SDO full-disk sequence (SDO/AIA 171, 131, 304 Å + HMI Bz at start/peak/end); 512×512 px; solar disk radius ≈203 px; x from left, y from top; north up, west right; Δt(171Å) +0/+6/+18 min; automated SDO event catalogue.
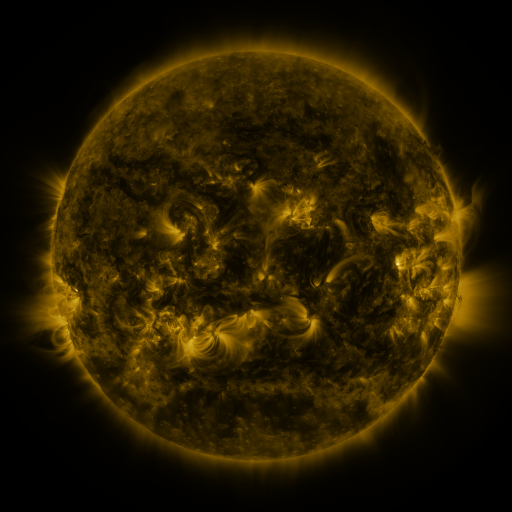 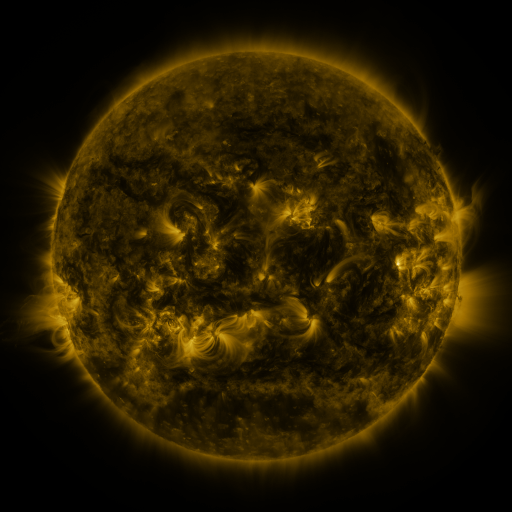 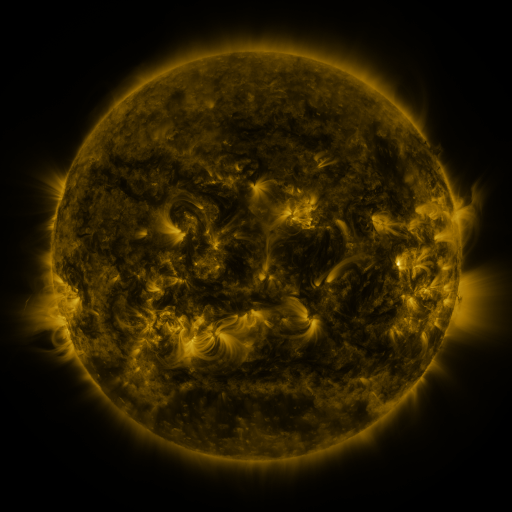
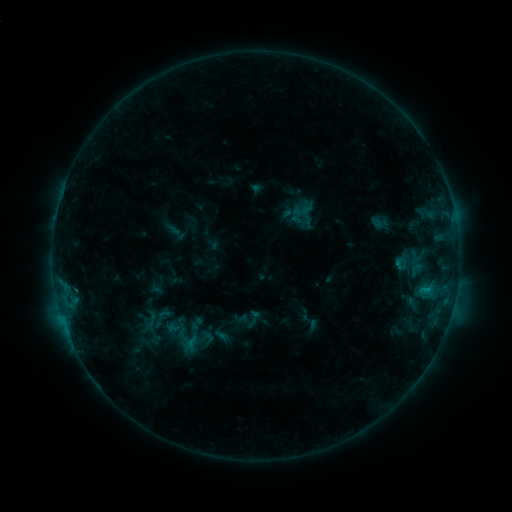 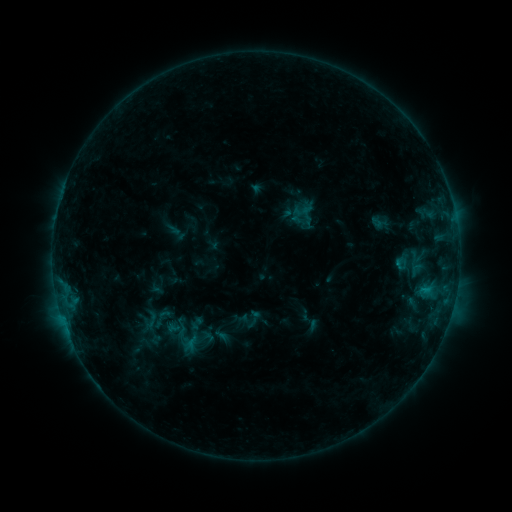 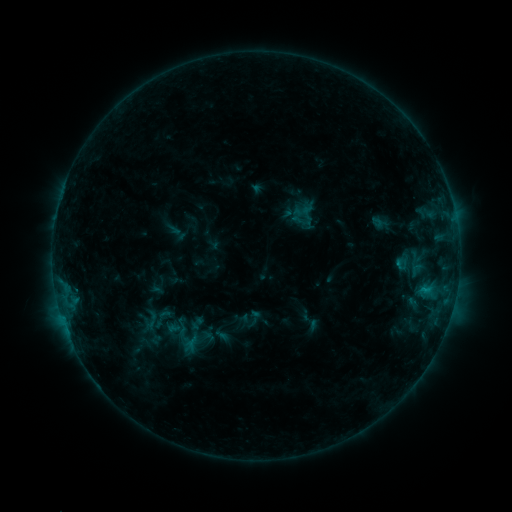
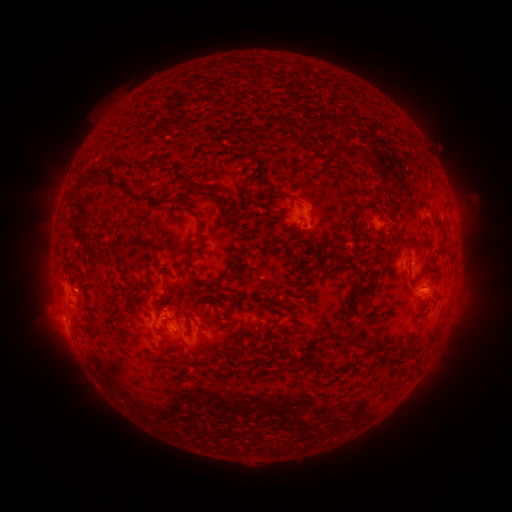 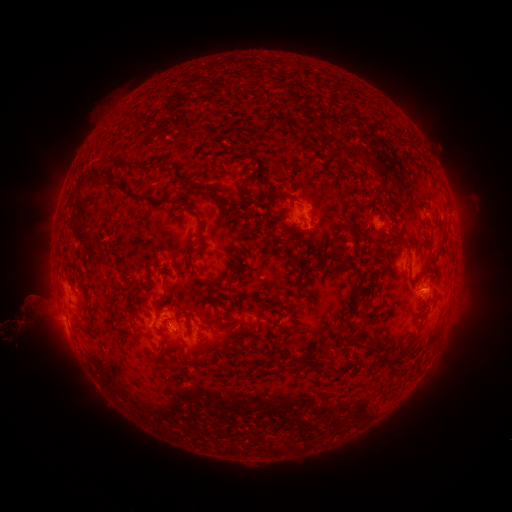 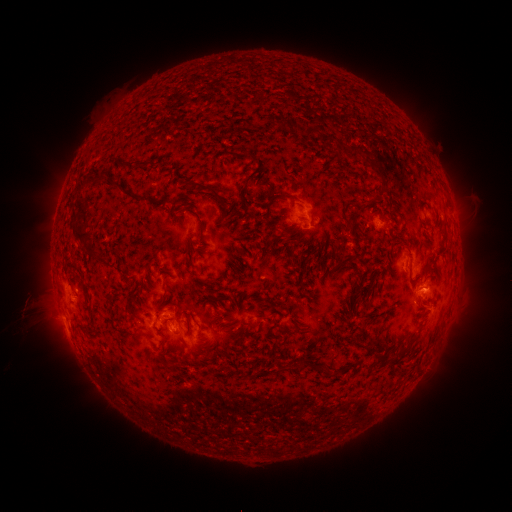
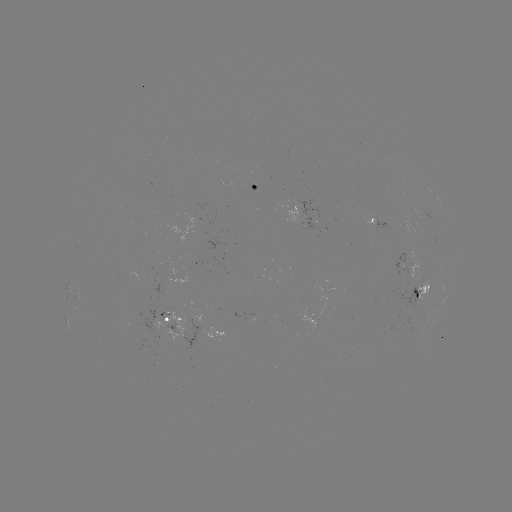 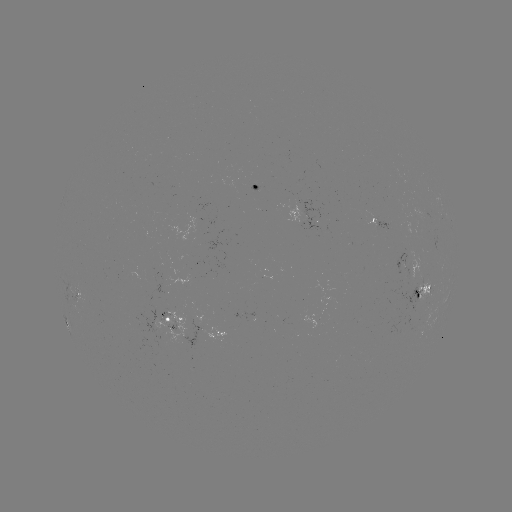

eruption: <bbox>9, 270, 60, 342</bbox>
